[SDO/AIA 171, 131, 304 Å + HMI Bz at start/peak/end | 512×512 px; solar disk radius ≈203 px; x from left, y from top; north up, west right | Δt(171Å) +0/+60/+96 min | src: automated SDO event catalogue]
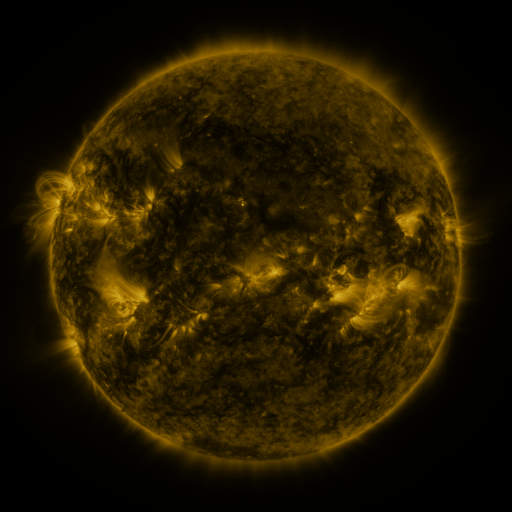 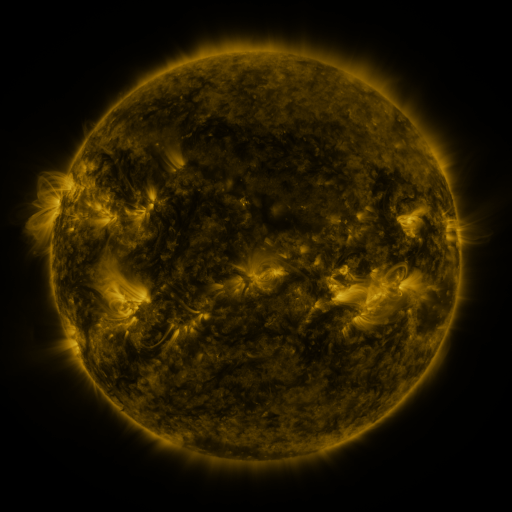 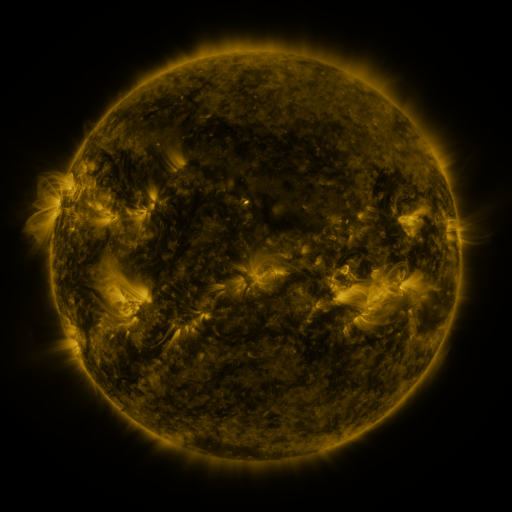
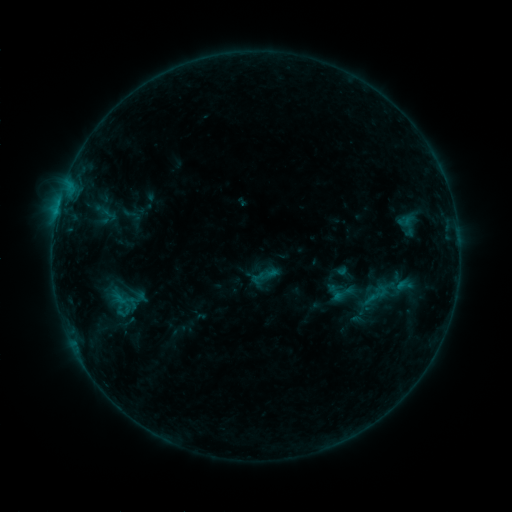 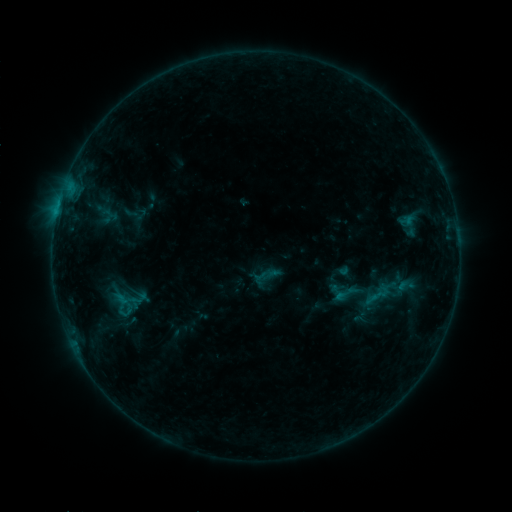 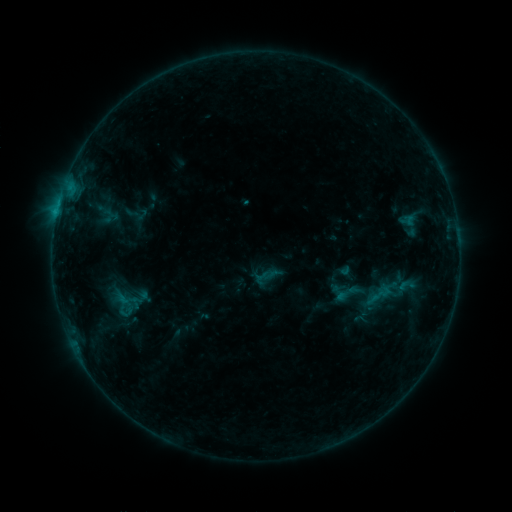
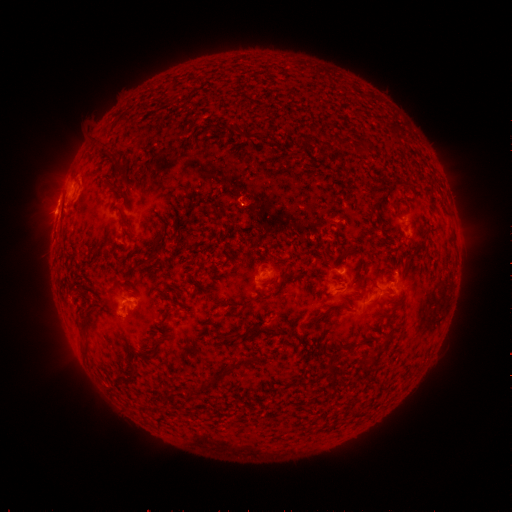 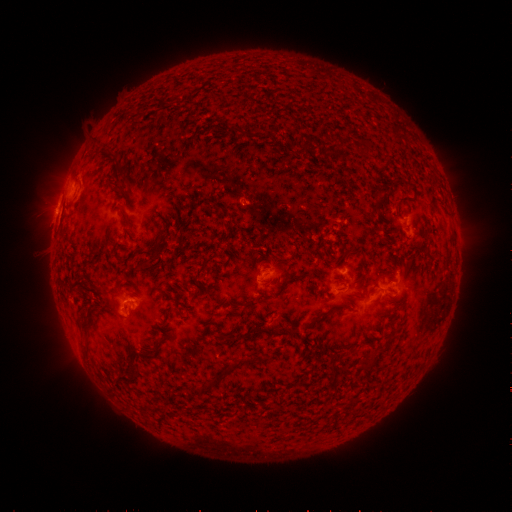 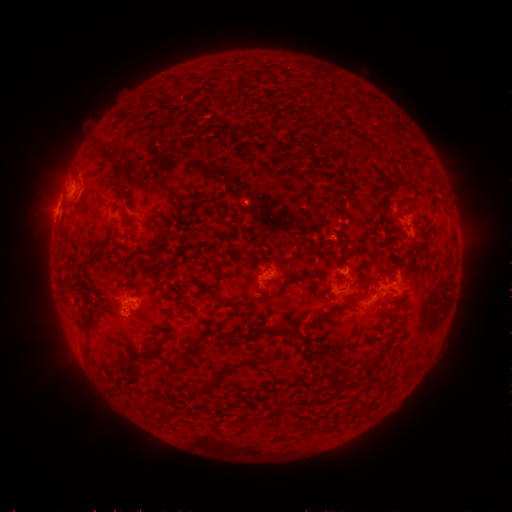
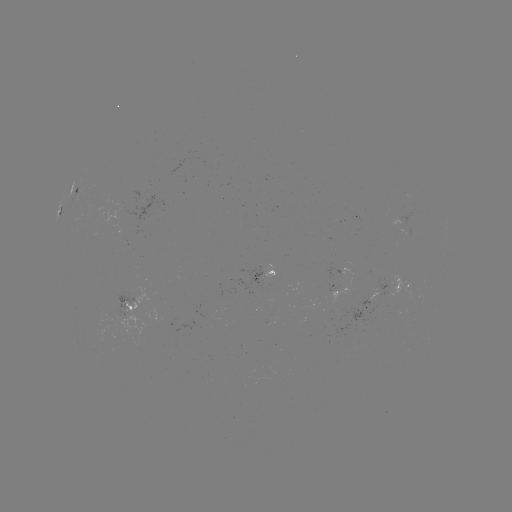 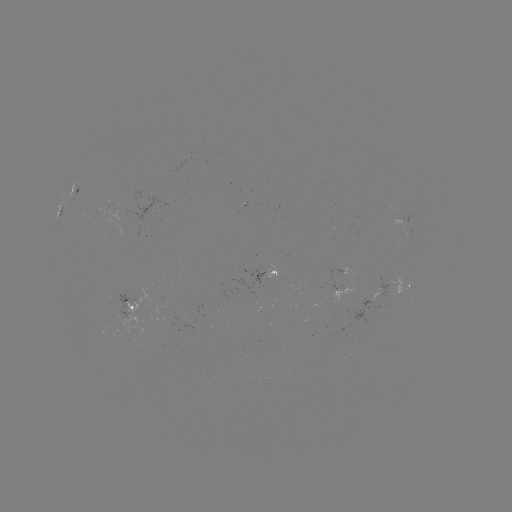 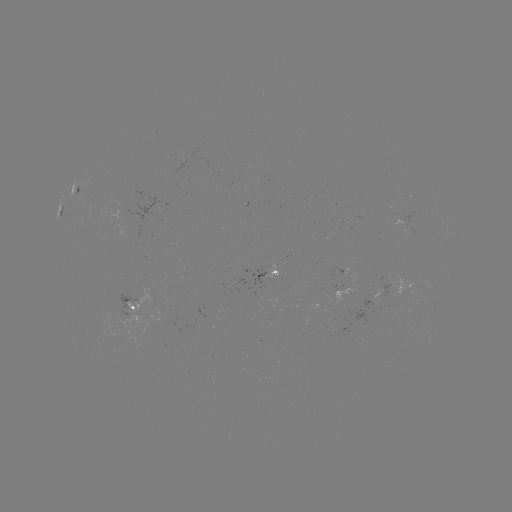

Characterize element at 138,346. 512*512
emerging-flux region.